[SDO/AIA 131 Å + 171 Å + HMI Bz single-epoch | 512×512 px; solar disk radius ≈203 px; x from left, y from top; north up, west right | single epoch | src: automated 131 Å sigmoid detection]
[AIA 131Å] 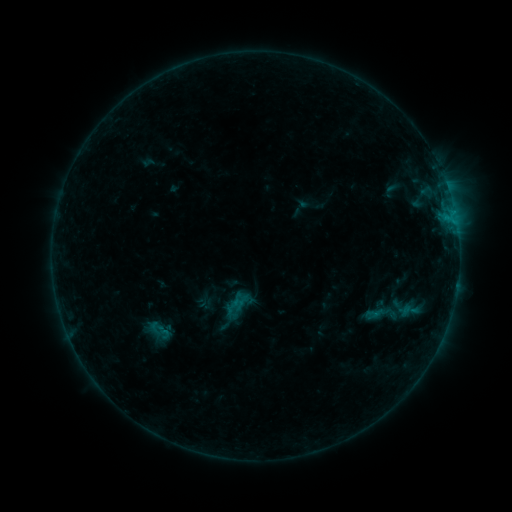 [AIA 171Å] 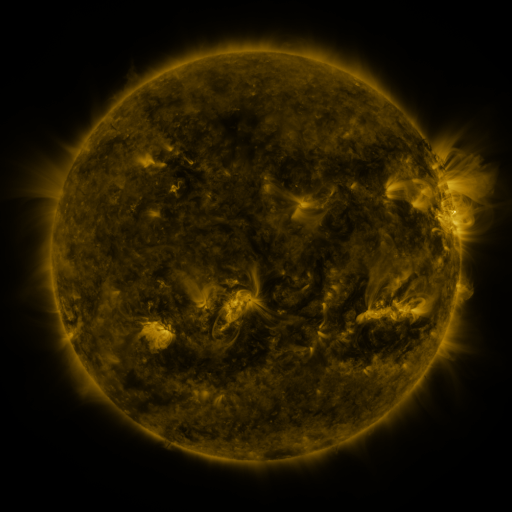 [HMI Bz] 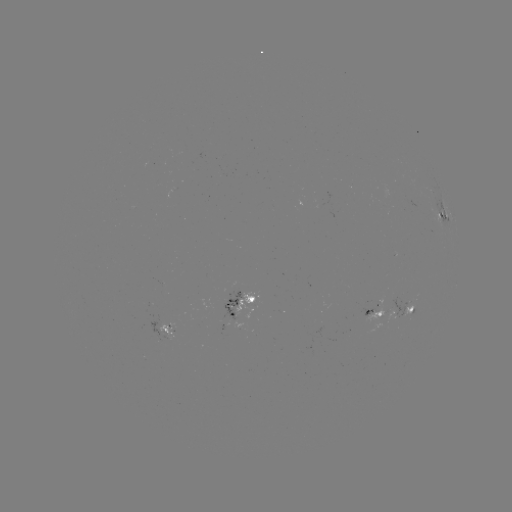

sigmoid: <bbox>364, 295, 398, 333</bbox>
